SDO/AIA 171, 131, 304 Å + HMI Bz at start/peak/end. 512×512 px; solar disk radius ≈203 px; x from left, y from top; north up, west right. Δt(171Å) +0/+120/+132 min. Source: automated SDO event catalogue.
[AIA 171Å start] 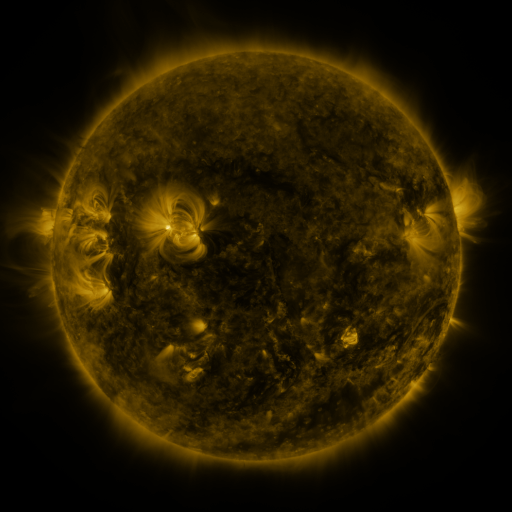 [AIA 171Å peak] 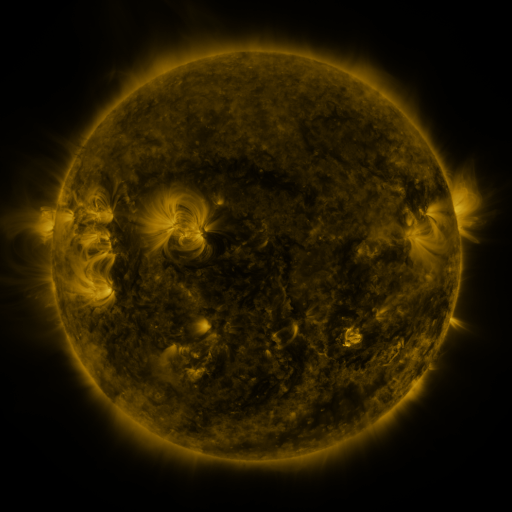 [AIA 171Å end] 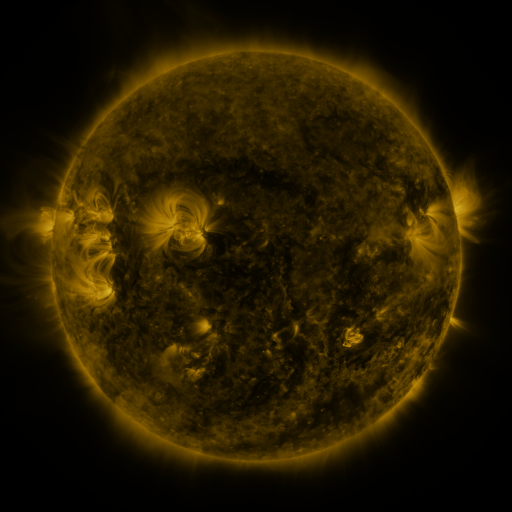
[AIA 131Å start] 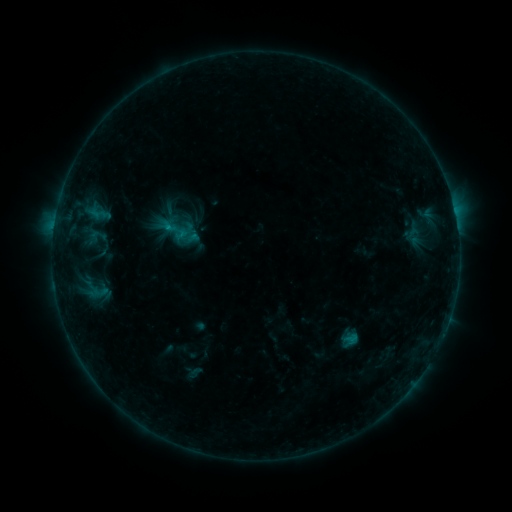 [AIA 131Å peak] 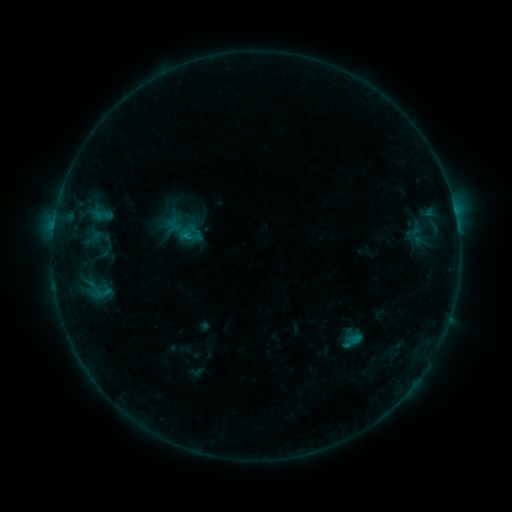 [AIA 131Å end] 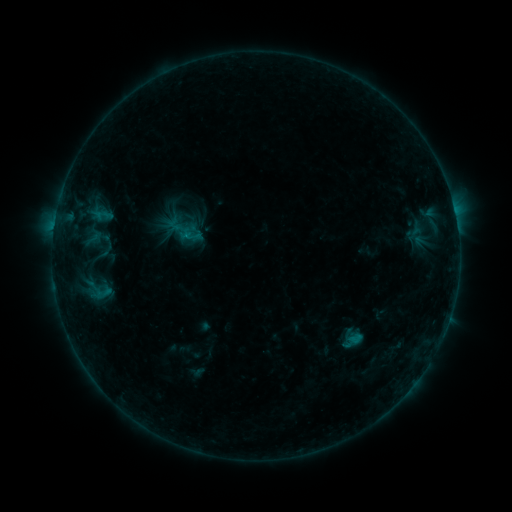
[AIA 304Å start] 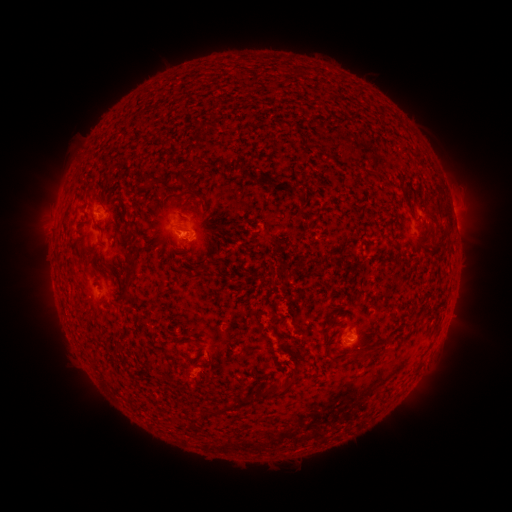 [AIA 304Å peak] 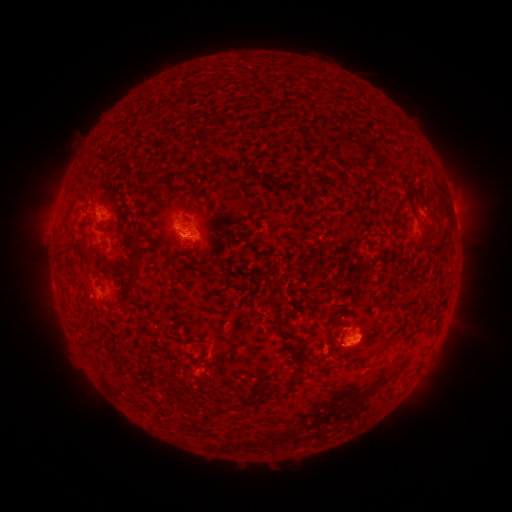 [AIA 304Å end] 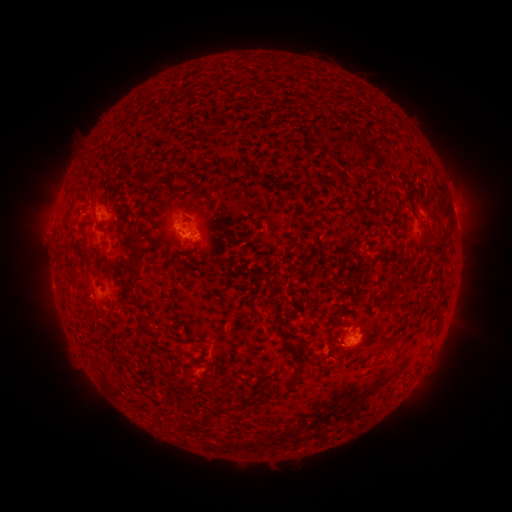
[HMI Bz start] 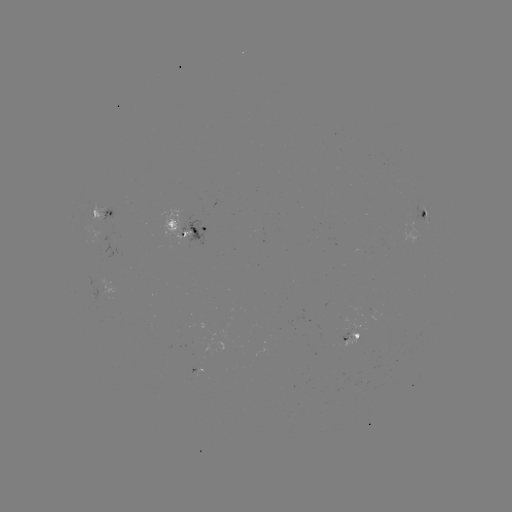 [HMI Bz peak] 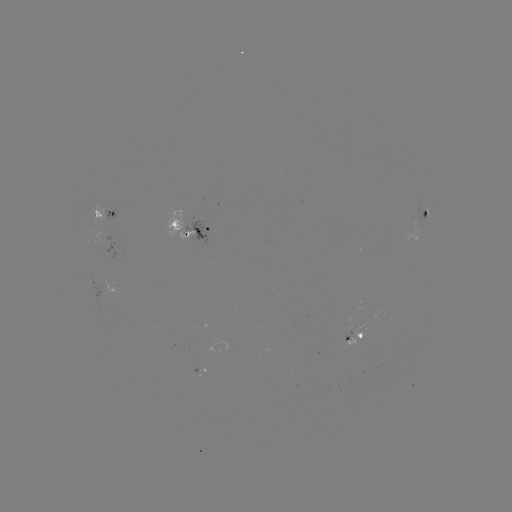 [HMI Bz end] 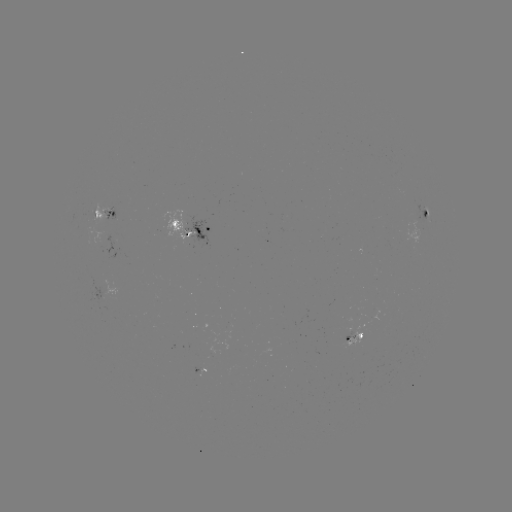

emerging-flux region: <bbox>343, 332, 351, 343</bbox>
